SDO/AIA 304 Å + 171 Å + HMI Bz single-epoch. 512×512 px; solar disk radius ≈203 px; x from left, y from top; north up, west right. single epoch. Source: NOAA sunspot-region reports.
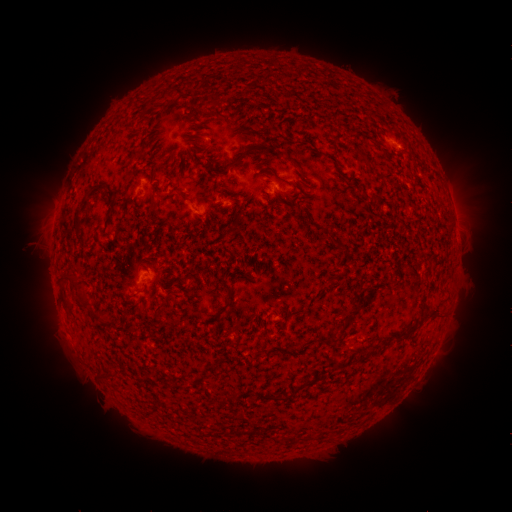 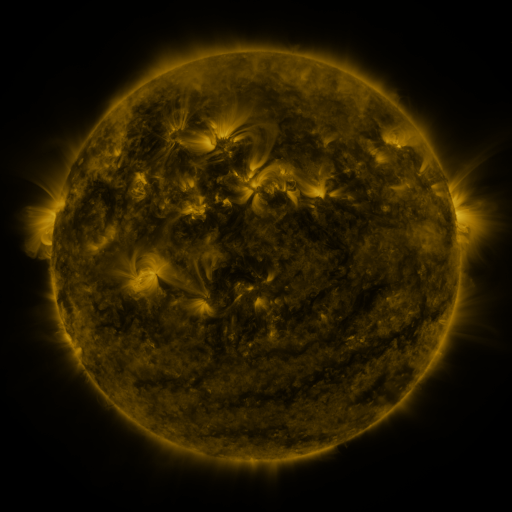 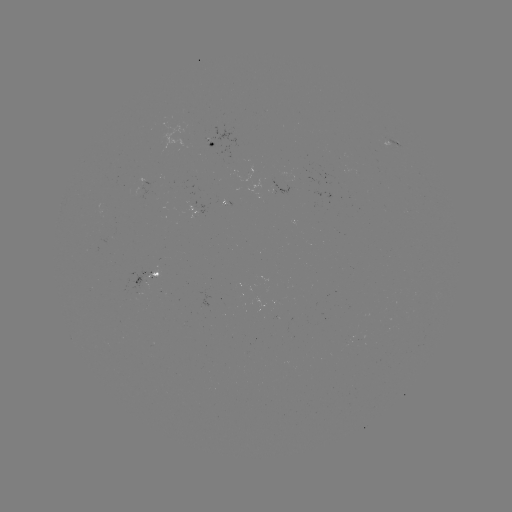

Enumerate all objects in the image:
spotted active region: (212, 143)
spotted active region: (396, 146)
spotted active region: (276, 183)
spotted active region: (146, 274)
